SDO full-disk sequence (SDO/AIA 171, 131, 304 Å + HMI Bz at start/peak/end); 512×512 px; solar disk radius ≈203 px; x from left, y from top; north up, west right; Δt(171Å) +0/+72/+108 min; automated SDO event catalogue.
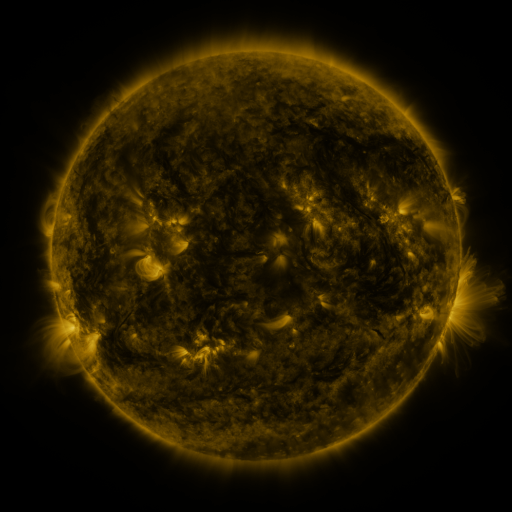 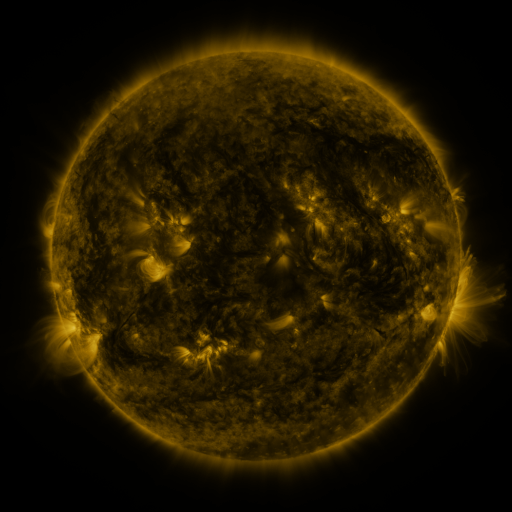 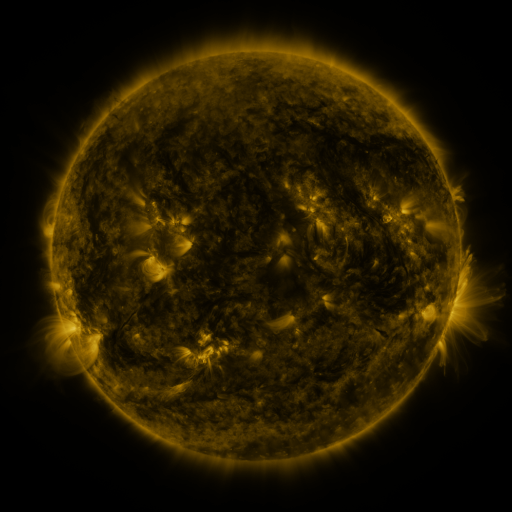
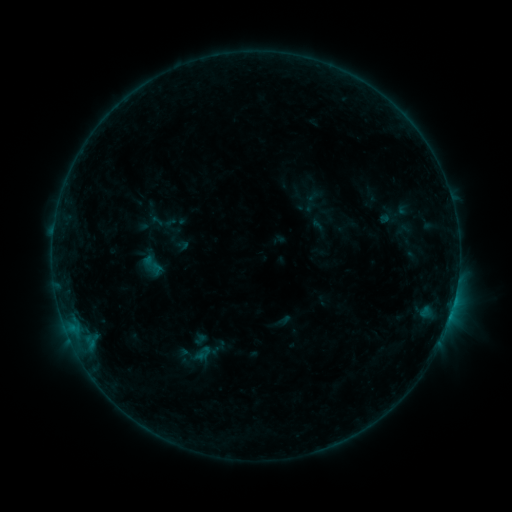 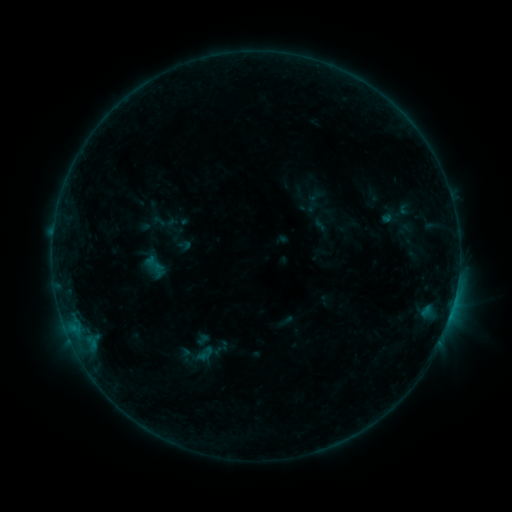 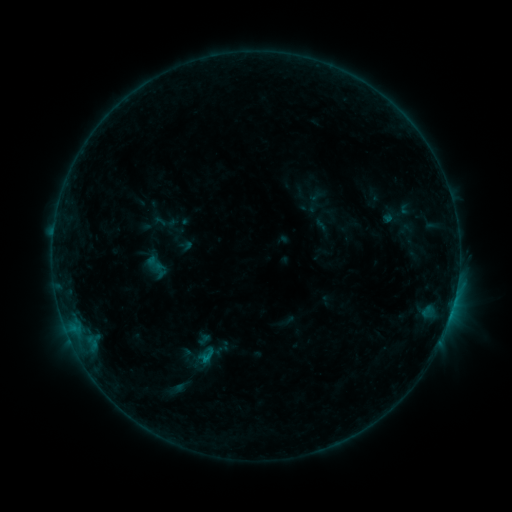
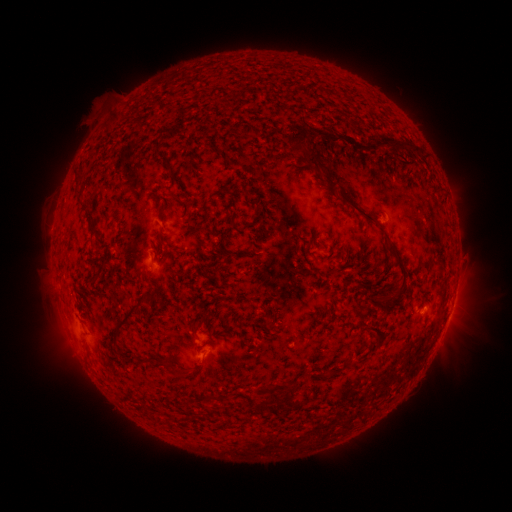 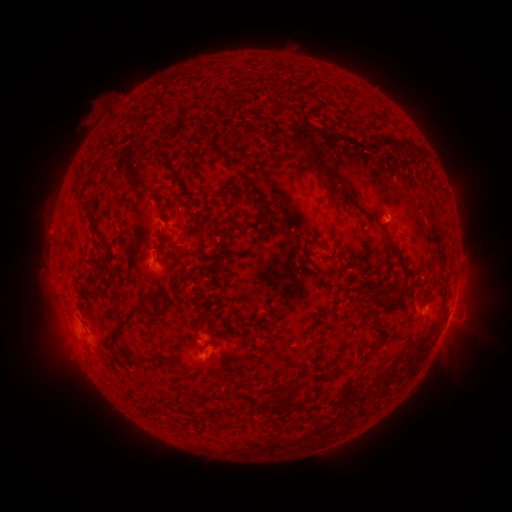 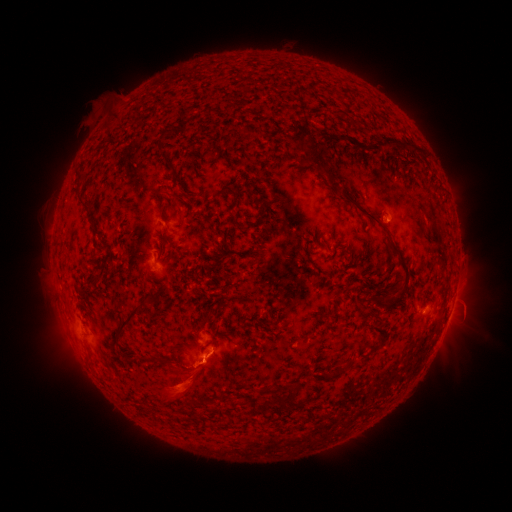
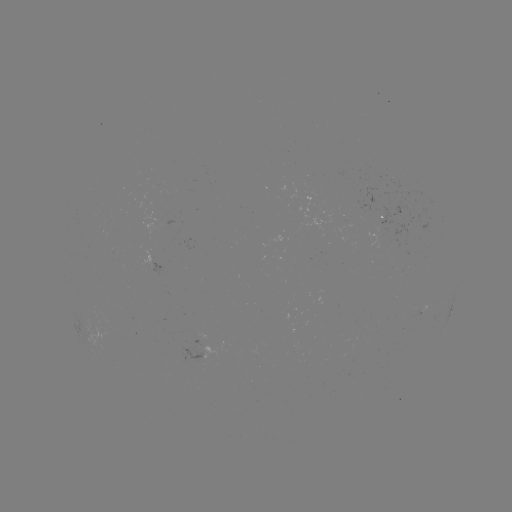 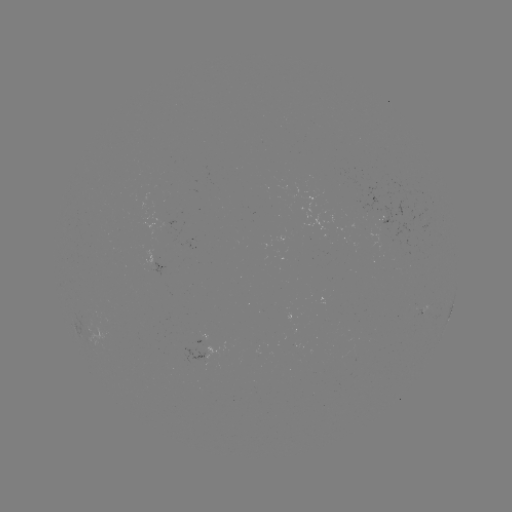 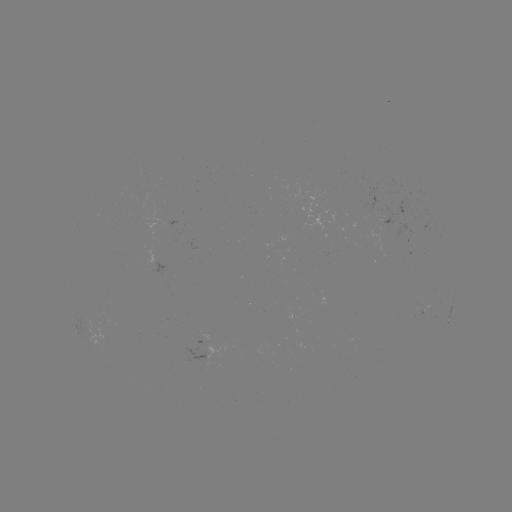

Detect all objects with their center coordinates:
emerging-flux region: (156, 267)
